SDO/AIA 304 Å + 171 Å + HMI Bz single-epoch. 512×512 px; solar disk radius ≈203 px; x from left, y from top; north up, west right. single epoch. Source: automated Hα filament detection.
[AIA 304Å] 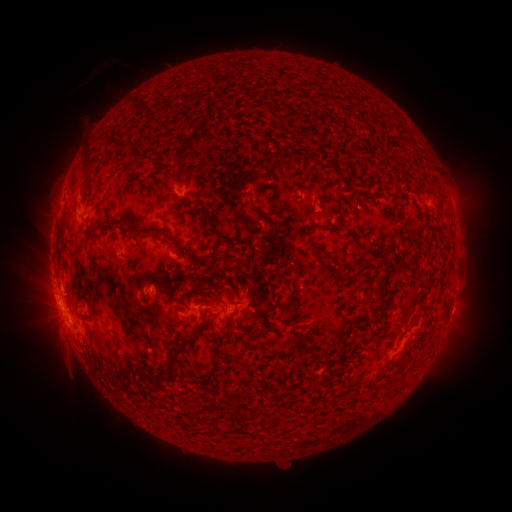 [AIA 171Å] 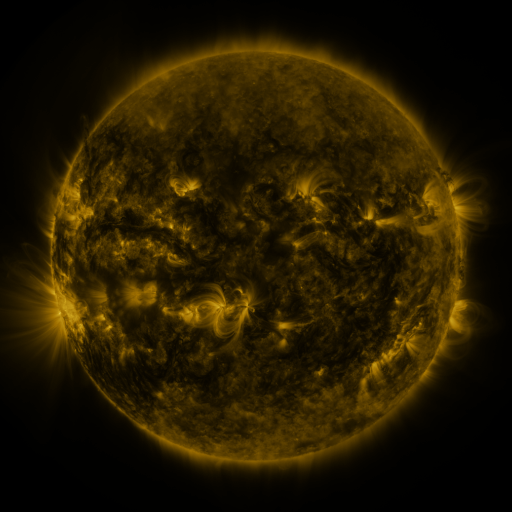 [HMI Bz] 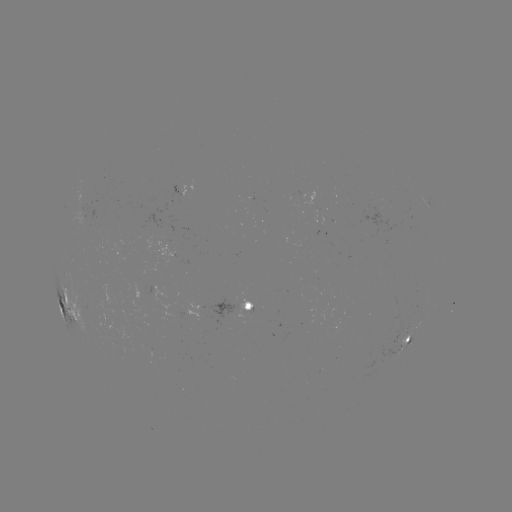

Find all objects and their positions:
filament: (246, 120, 275, 132)
filament: (112, 132, 122, 141)
filament: (120, 142, 141, 152)
filament: (79, 152, 91, 176)
filament: (329, 158, 340, 174)
filament: (381, 190, 397, 209)
filament: (272, 192, 281, 202)
filament: (341, 192, 350, 206)
filament: (433, 192, 442, 202)
filament: (353, 195, 367, 213)
filament: (250, 204, 279, 218)
filament: (196, 206, 216, 227)
filament: (91, 216, 127, 233)
filament: (59, 223, 65, 237)
filament: (316, 223, 339, 235)
filament: (212, 228, 221, 236)
filament: (157, 229, 167, 238)
filament: (167, 236, 211, 268)
filament: (176, 253, 188, 263)
filament: (330, 256, 346, 267)
filament: (127, 260, 142, 273)
filament: (189, 279, 209, 294)
filament: (195, 294, 209, 303)
filament: (235, 300, 279, 314)
filament: (156, 310, 207, 384)
filament: (301, 316, 312, 323)
filament: (263, 318, 281, 330)
filament: (168, 320, 176, 332)
filament: (293, 329, 316, 352)
filament: (214, 351, 225, 363)
filament: (307, 378, 316, 389)
filament: (226, 397, 241, 410)
